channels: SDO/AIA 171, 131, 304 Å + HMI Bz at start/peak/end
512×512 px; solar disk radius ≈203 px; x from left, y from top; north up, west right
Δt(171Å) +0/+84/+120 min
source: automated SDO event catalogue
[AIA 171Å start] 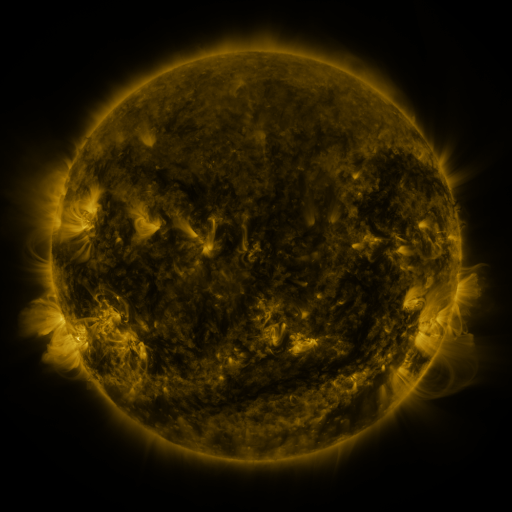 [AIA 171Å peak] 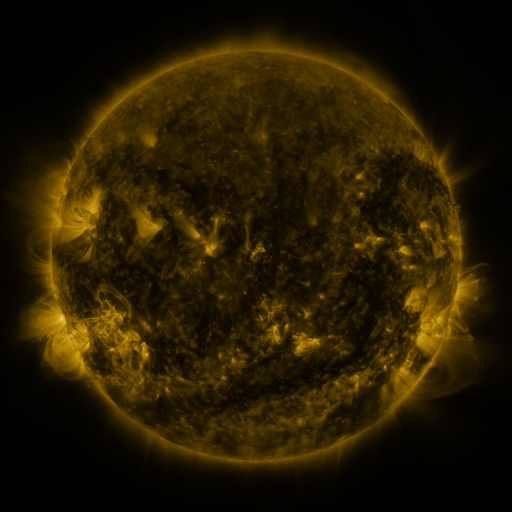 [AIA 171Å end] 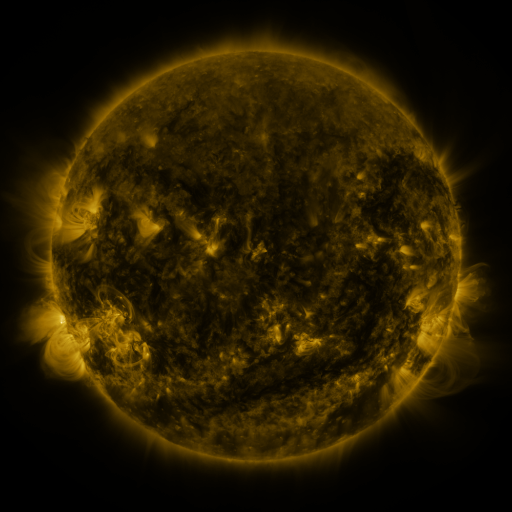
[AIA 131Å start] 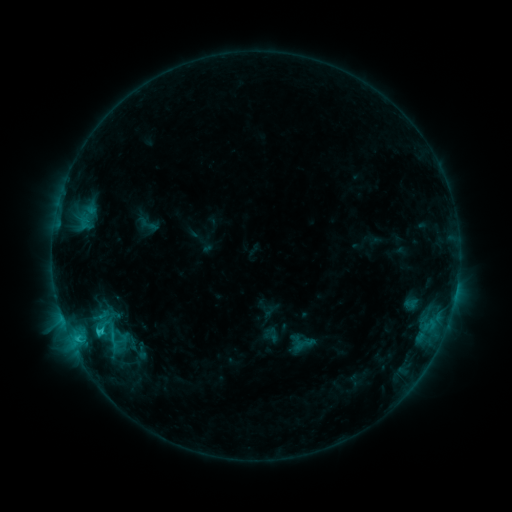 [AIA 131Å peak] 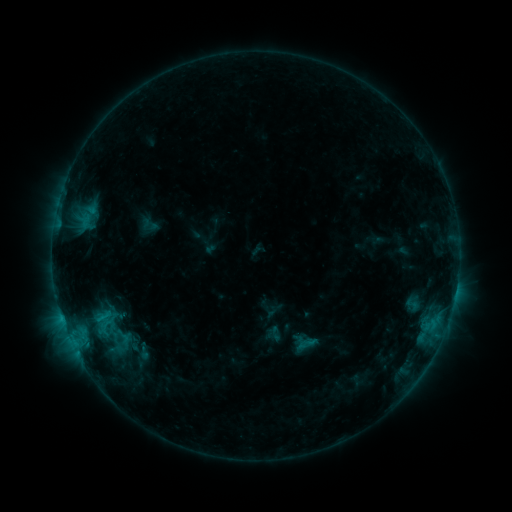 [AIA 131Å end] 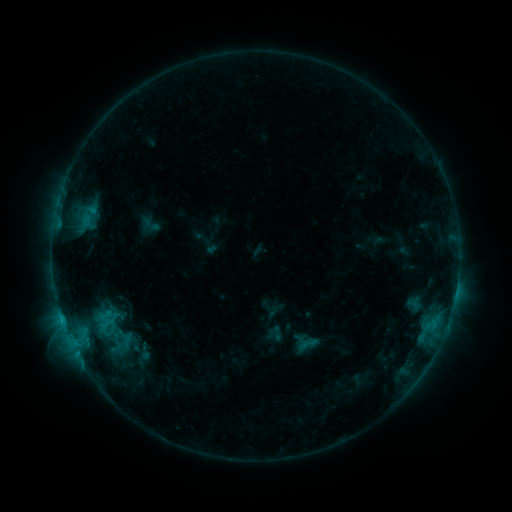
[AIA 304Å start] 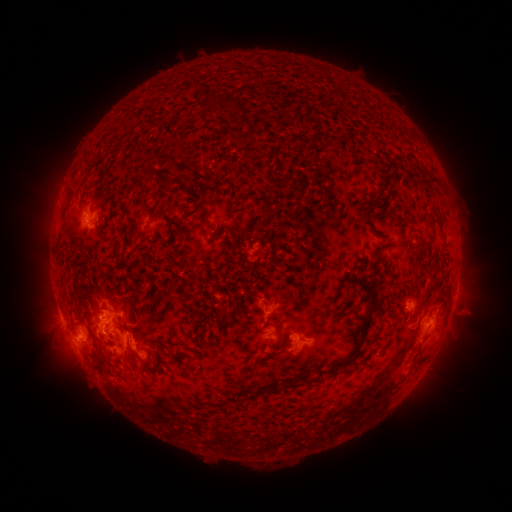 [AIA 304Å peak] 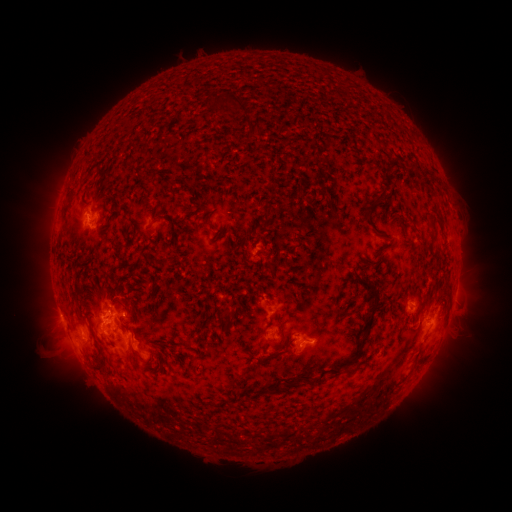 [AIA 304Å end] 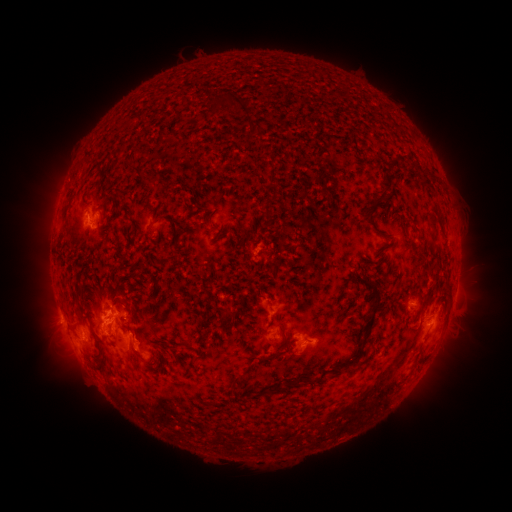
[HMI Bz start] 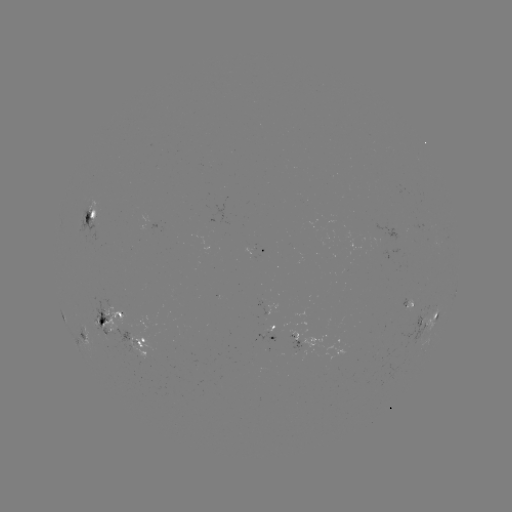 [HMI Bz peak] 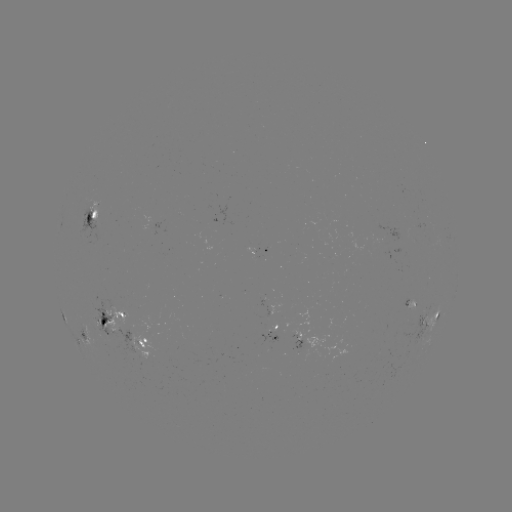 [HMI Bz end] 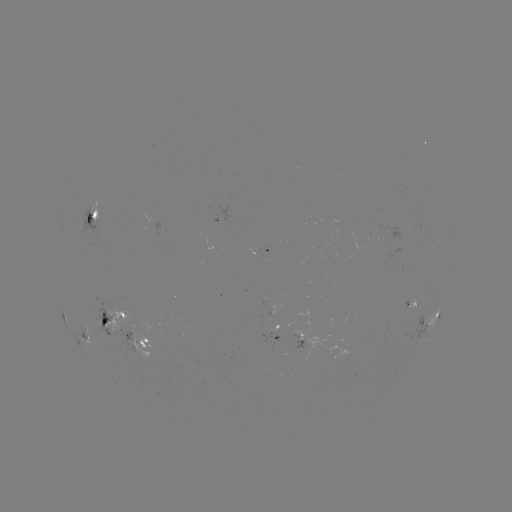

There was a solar emerging-flux region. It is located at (118, 321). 